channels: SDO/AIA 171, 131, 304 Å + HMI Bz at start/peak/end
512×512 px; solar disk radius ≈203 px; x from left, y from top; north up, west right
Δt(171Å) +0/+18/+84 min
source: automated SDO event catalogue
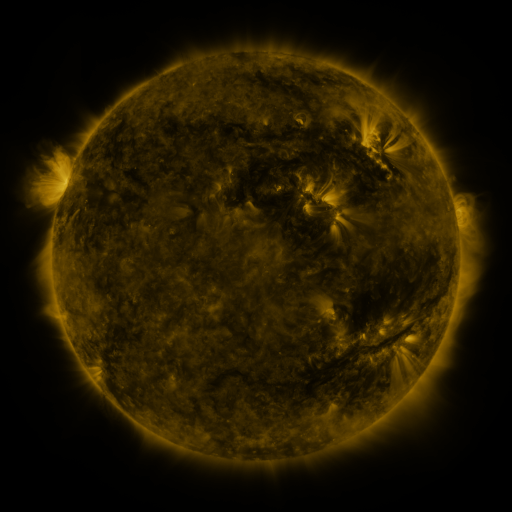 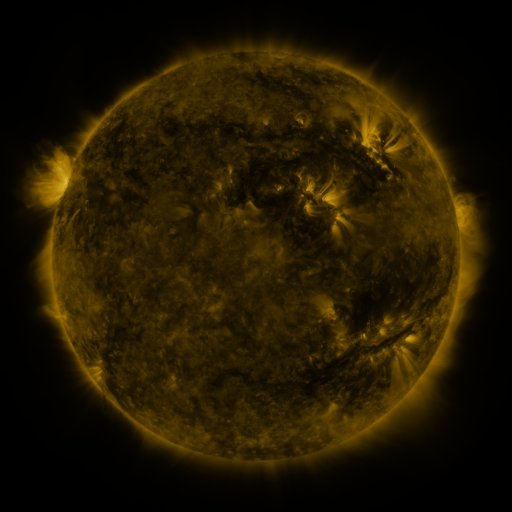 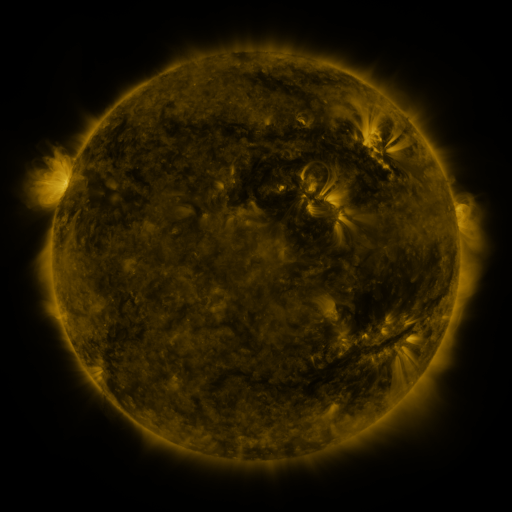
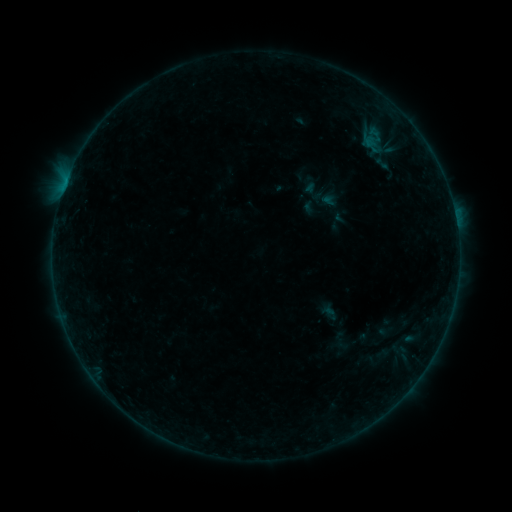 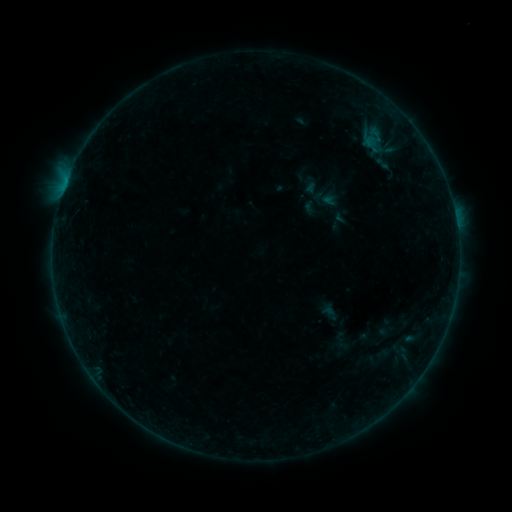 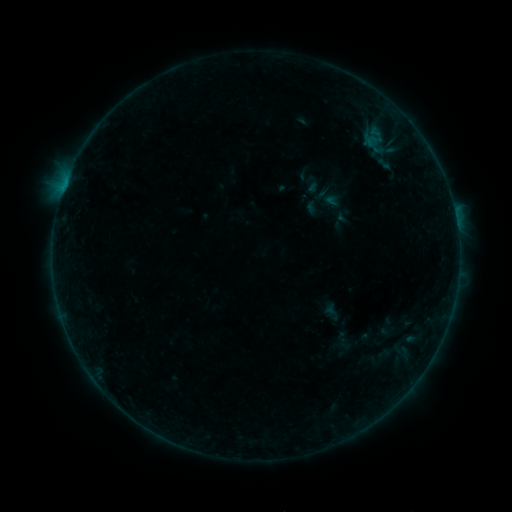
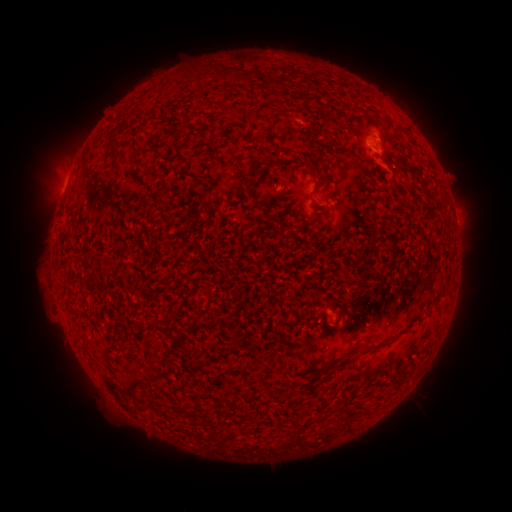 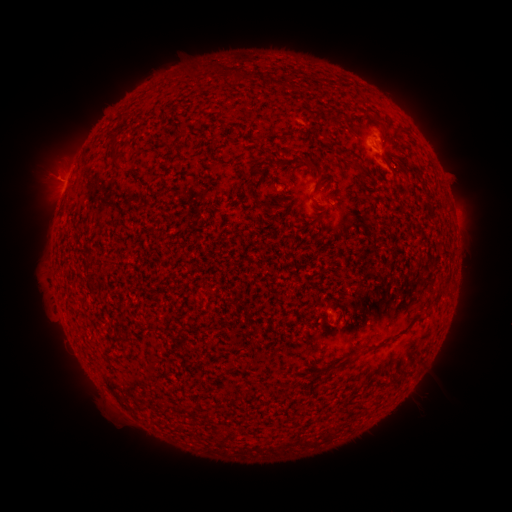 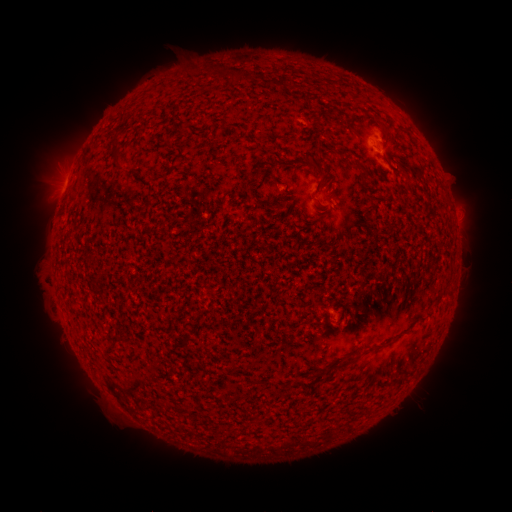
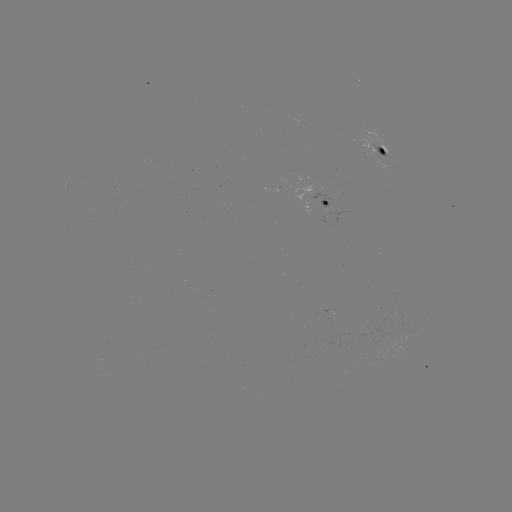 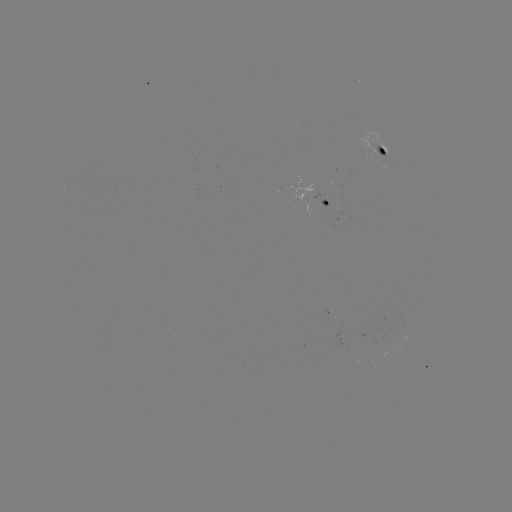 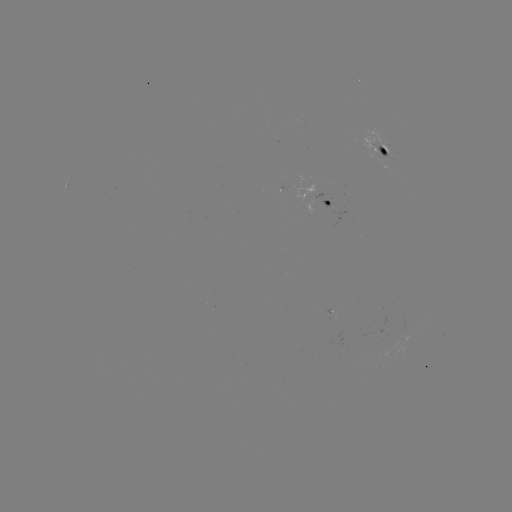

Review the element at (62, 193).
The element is B2.0 flare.